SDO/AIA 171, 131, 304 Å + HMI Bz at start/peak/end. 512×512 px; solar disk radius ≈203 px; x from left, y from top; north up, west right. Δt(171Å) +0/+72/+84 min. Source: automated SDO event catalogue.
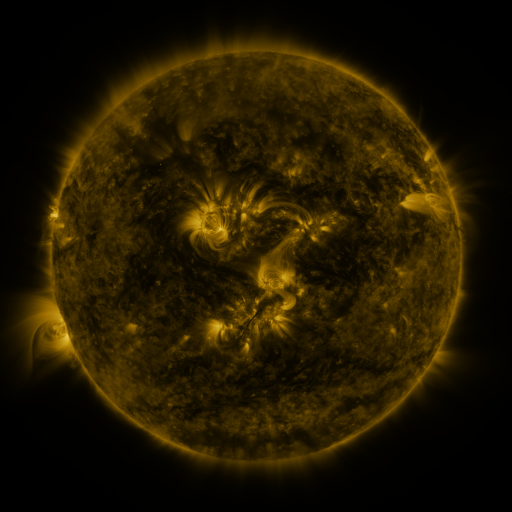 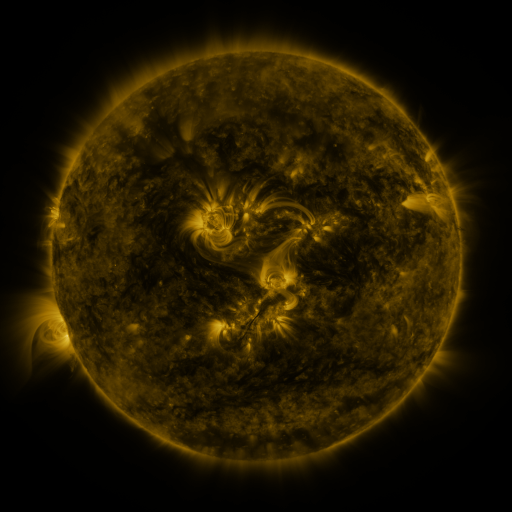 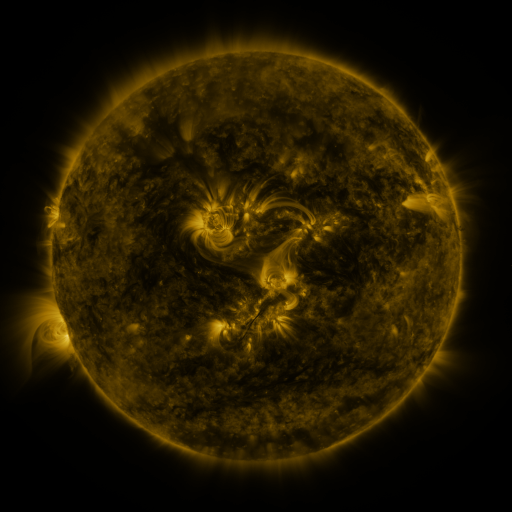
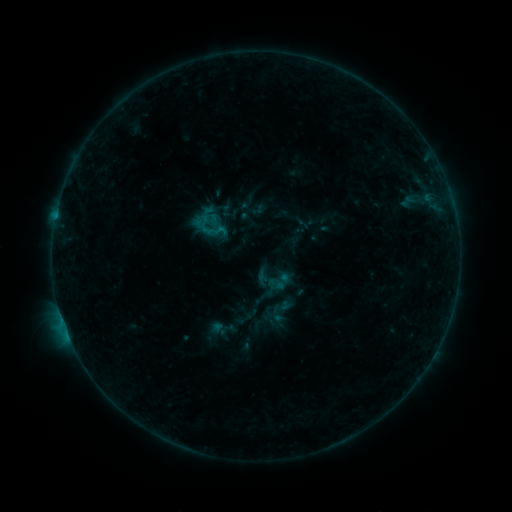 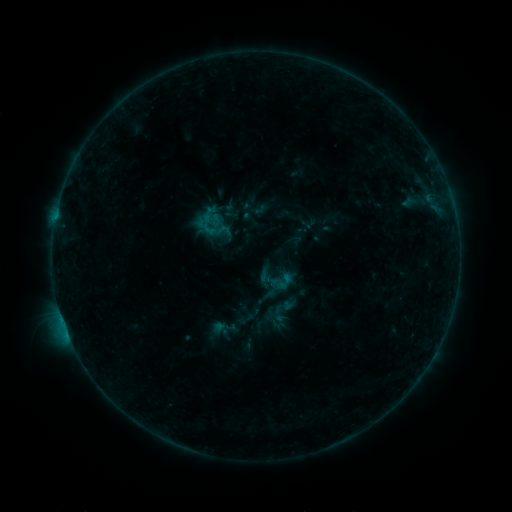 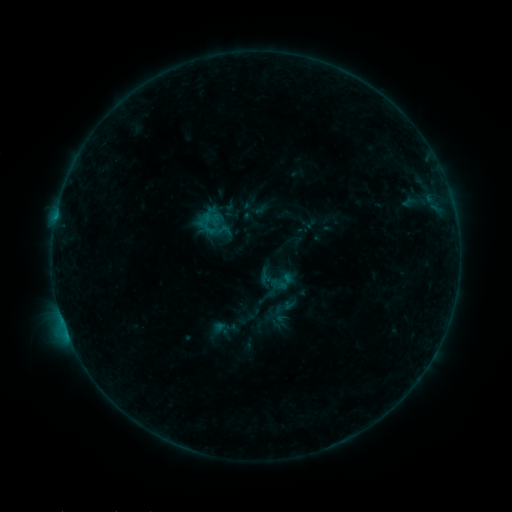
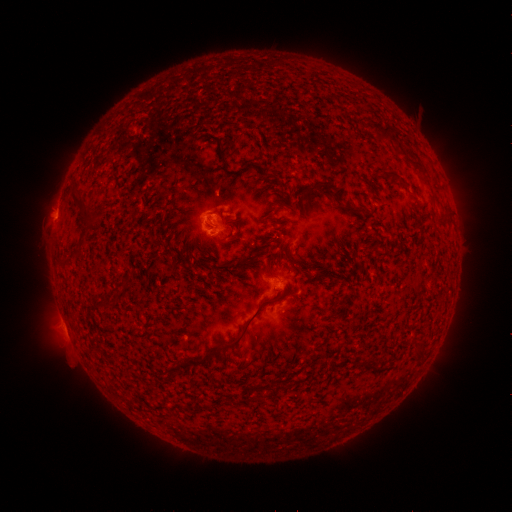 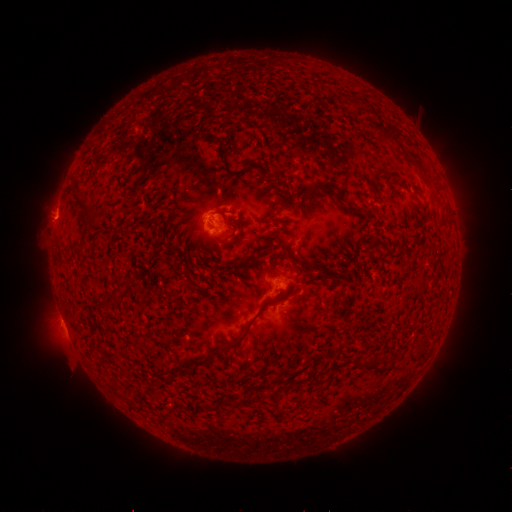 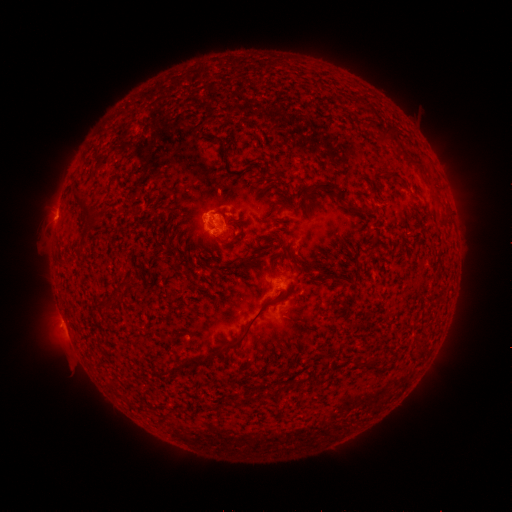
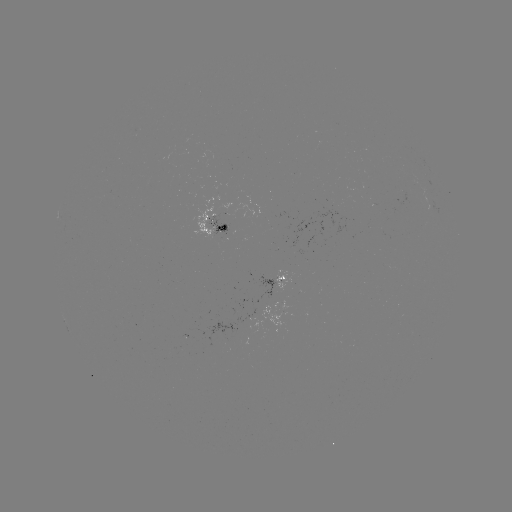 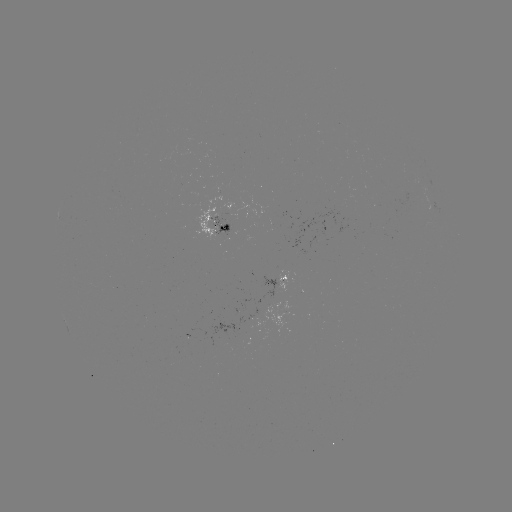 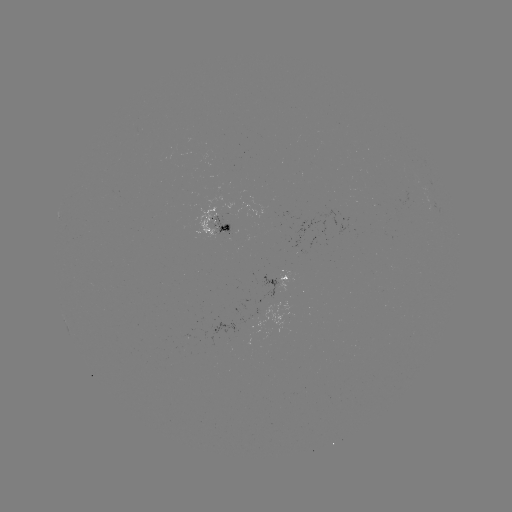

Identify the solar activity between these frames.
emerging-flux region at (222, 231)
